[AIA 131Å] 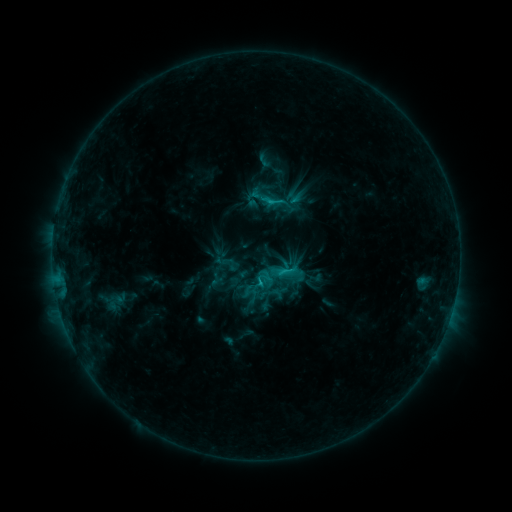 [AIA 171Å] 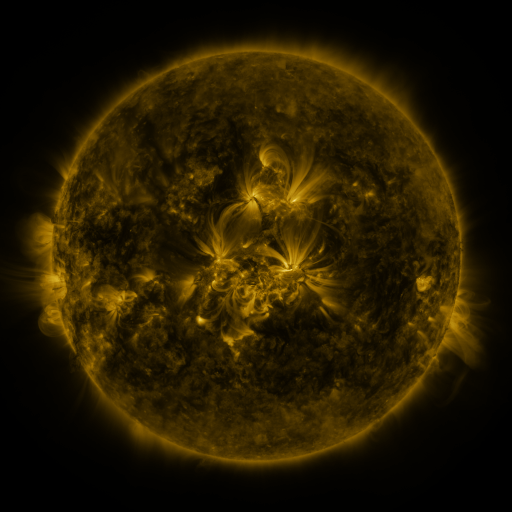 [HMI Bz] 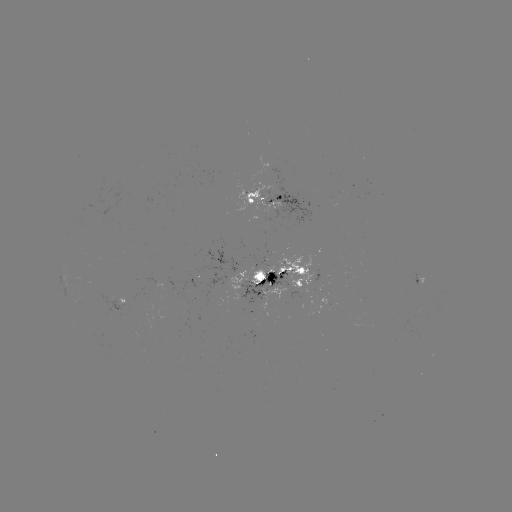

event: sigmoid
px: (290, 283)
